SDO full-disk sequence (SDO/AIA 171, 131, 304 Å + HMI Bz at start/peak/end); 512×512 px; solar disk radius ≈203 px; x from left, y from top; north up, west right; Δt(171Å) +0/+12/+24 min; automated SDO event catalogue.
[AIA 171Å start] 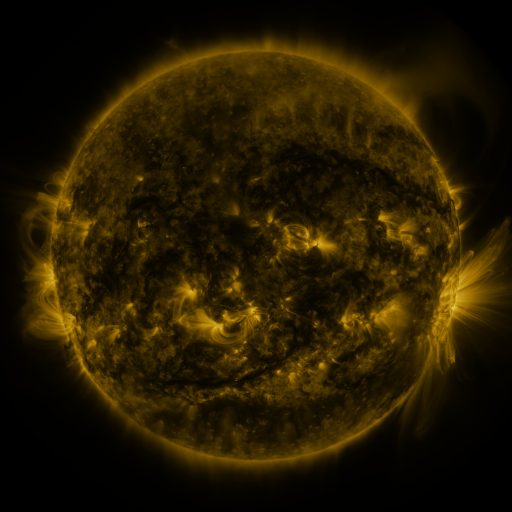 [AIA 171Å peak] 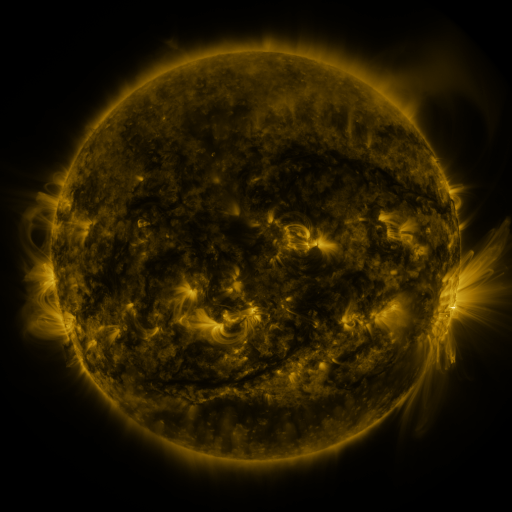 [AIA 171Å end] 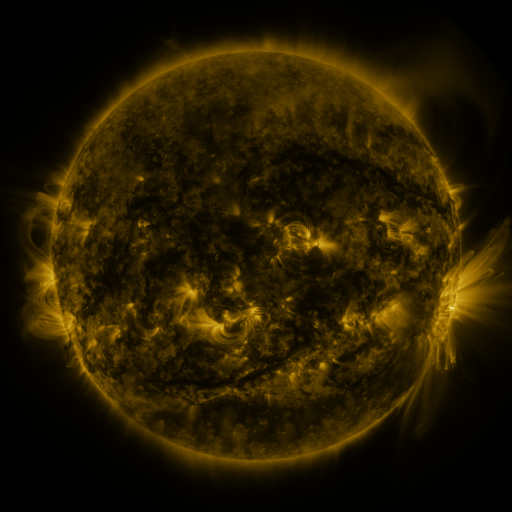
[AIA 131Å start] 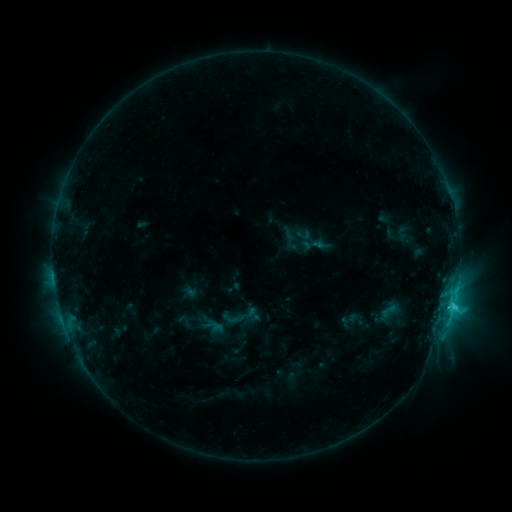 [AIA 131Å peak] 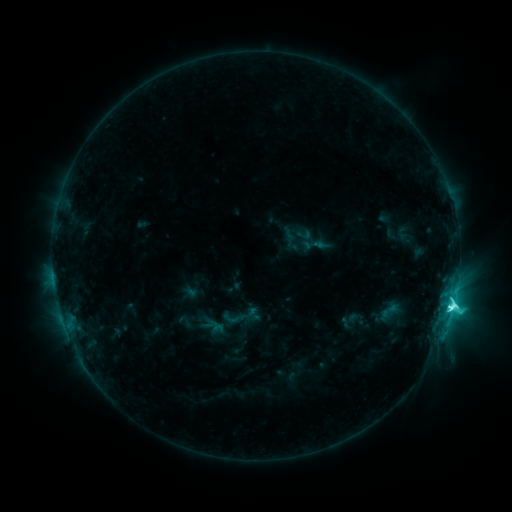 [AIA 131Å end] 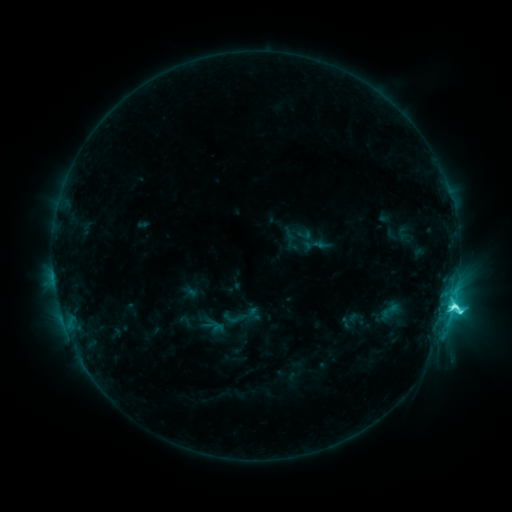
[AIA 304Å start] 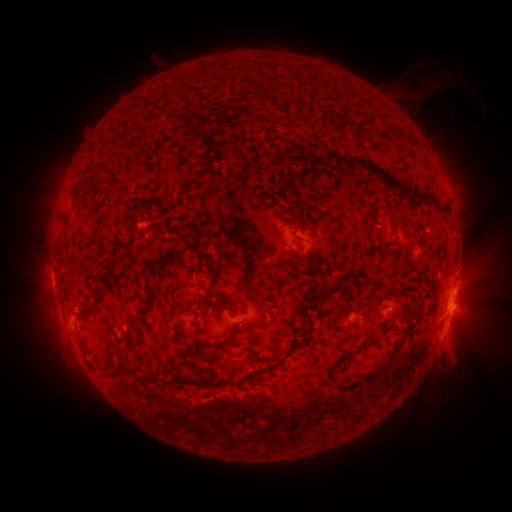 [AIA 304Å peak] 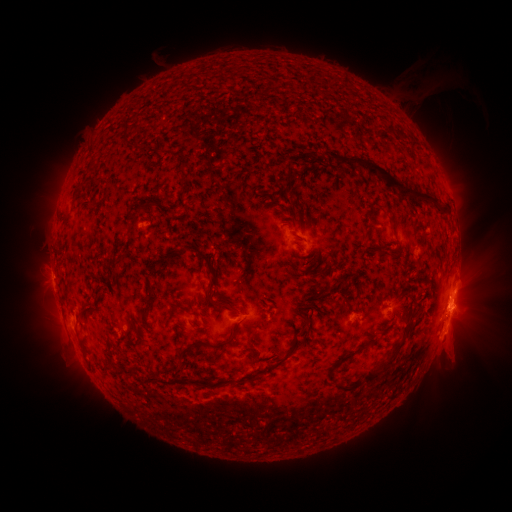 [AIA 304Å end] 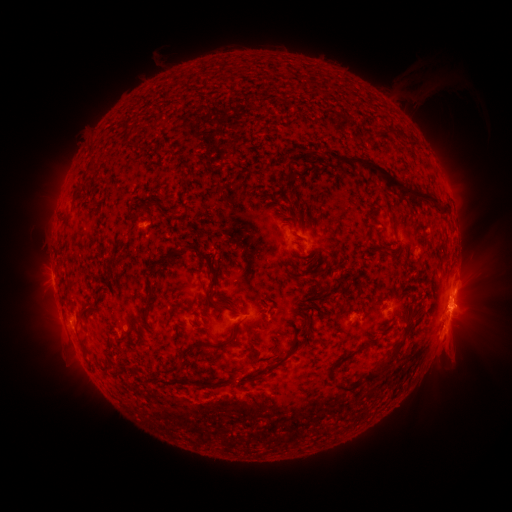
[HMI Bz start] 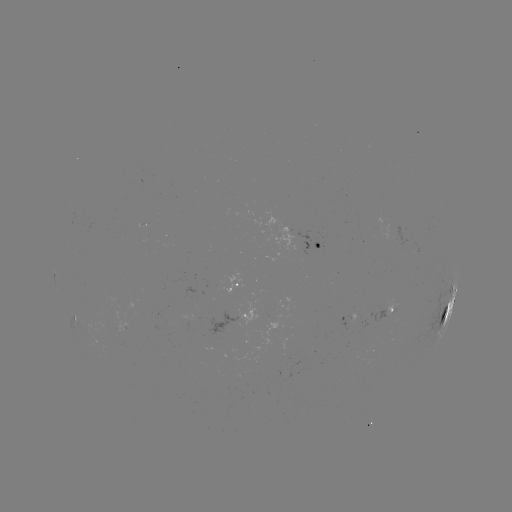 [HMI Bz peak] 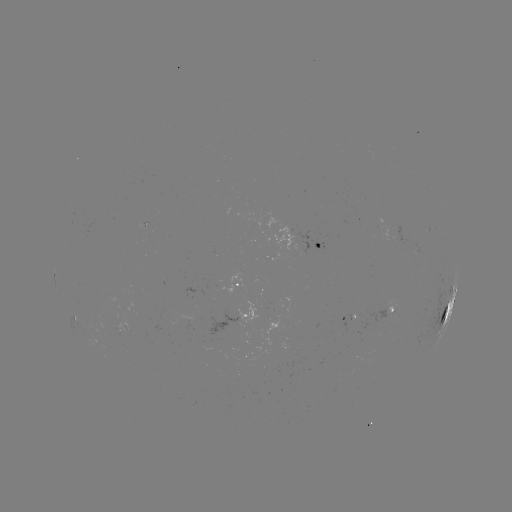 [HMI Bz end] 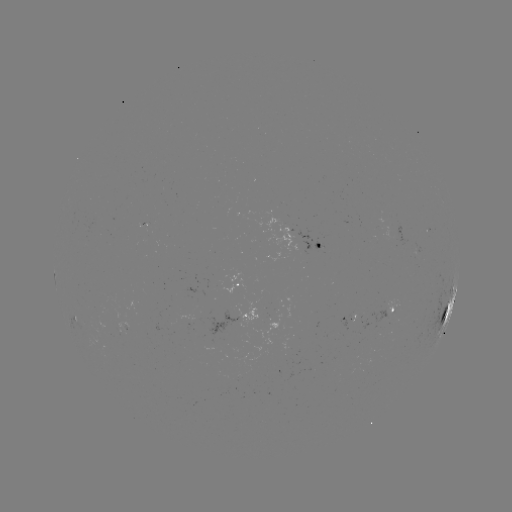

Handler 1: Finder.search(M1.0 flare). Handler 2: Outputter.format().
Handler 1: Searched M1.0 flare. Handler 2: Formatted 451,307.